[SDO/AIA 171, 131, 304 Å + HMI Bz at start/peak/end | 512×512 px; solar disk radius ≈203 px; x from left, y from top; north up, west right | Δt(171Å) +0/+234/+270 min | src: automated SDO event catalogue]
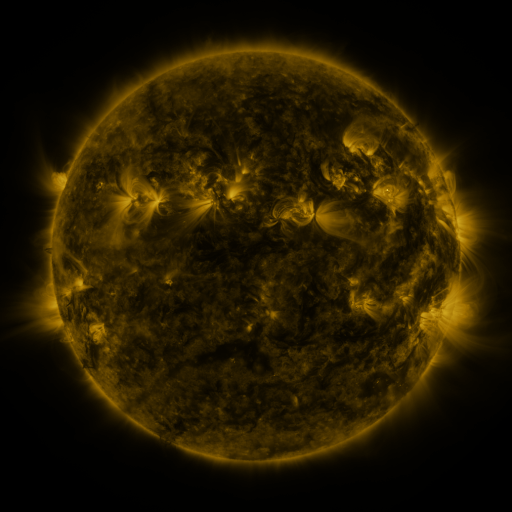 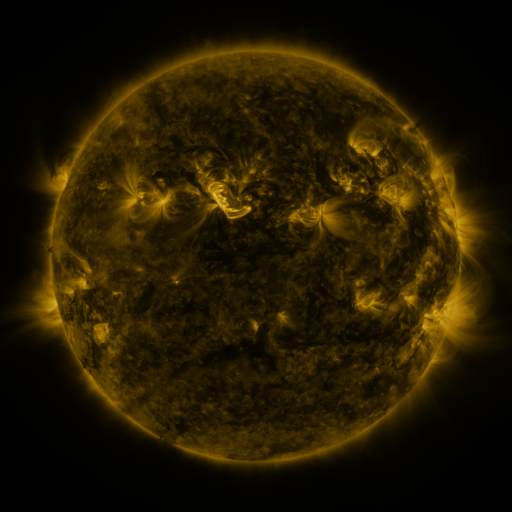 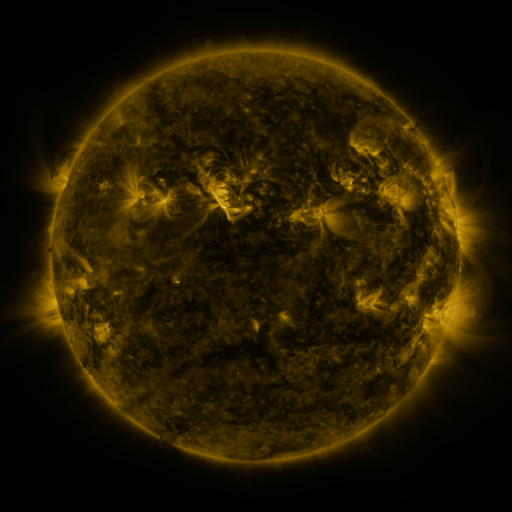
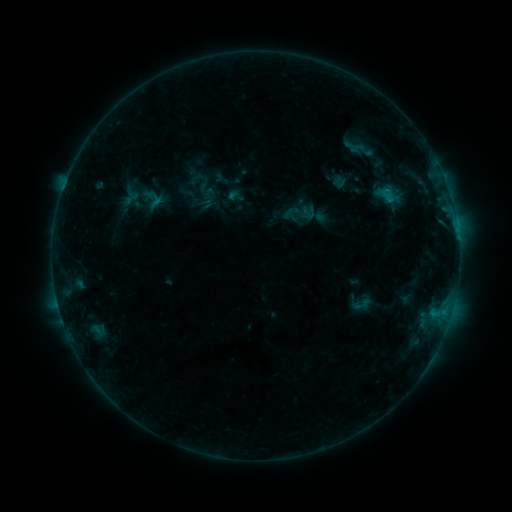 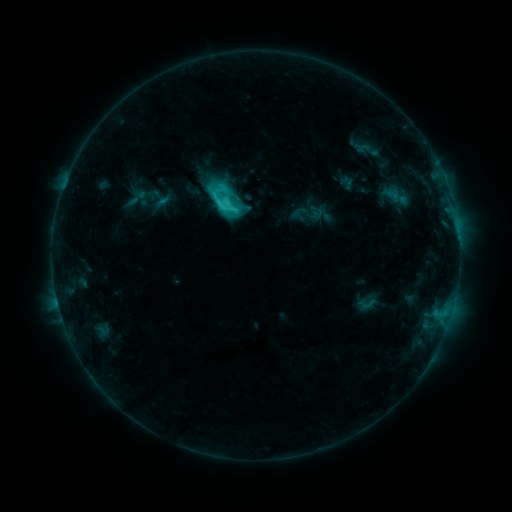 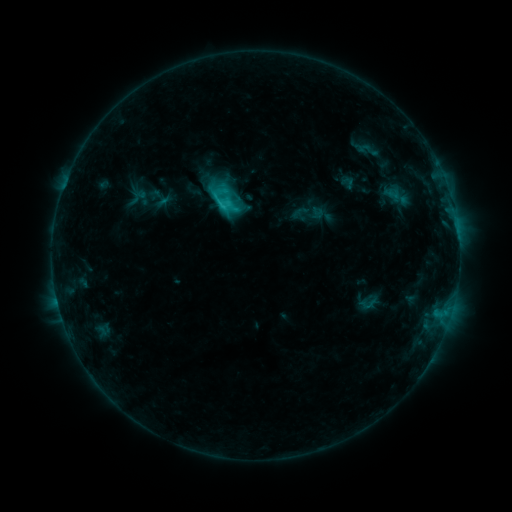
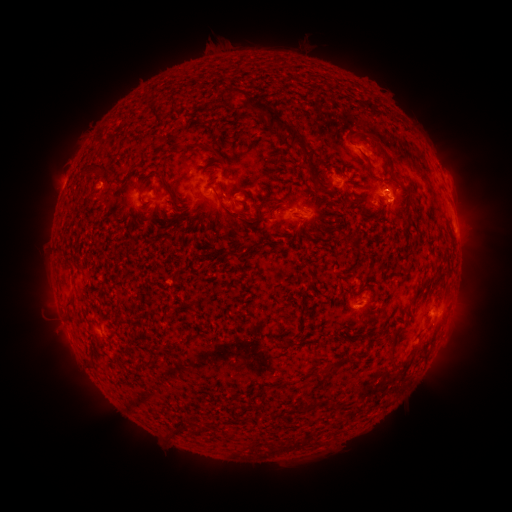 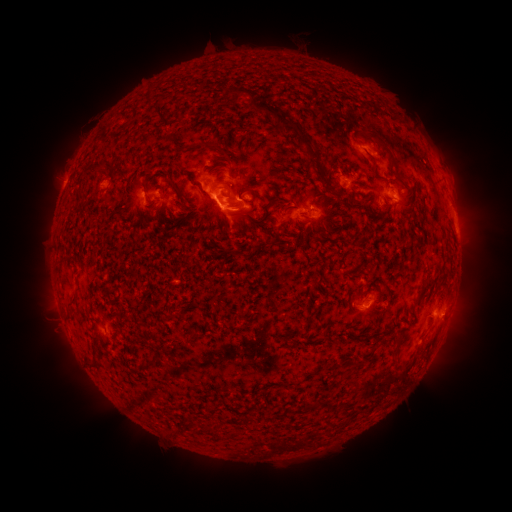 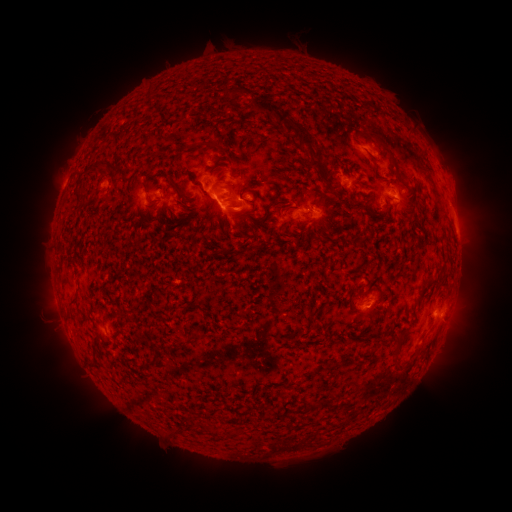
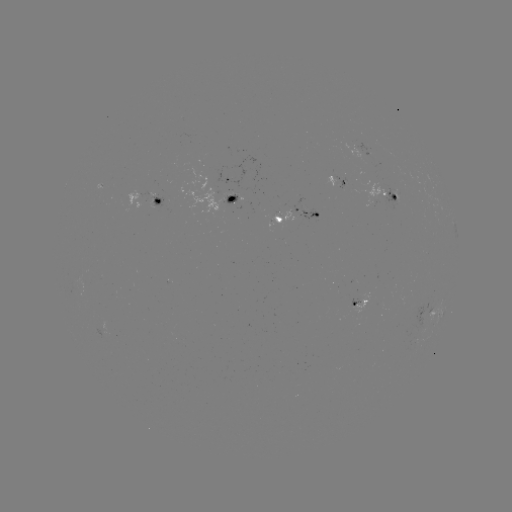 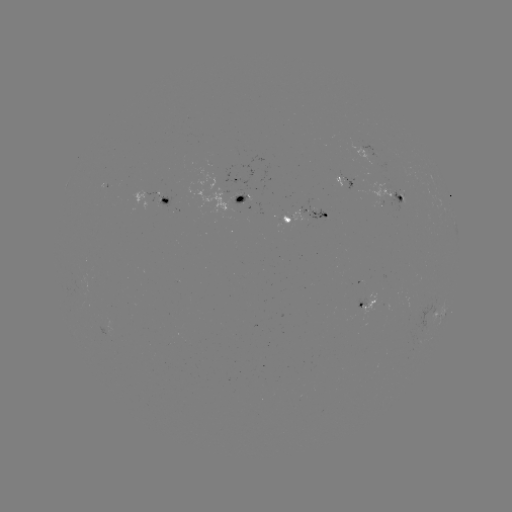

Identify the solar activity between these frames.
emerging-flux region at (384, 189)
